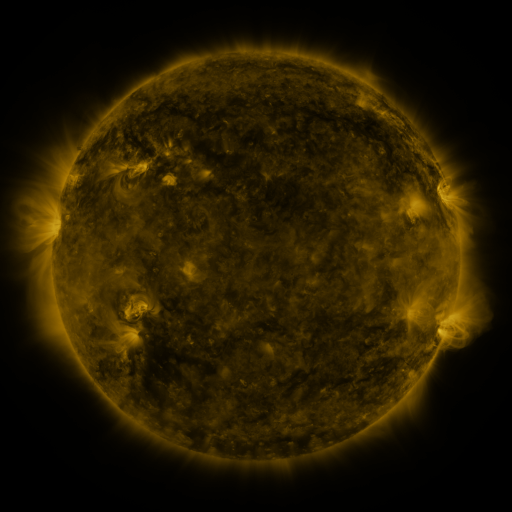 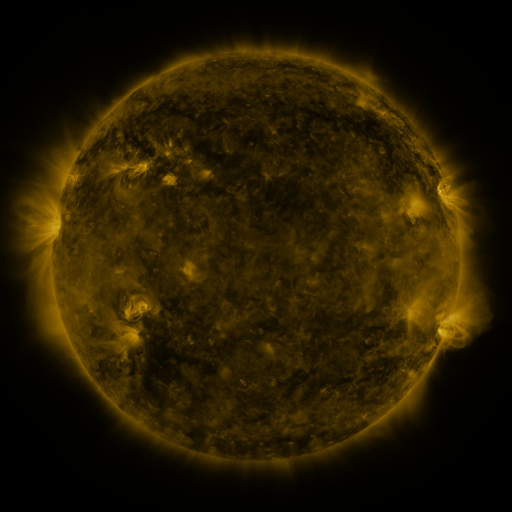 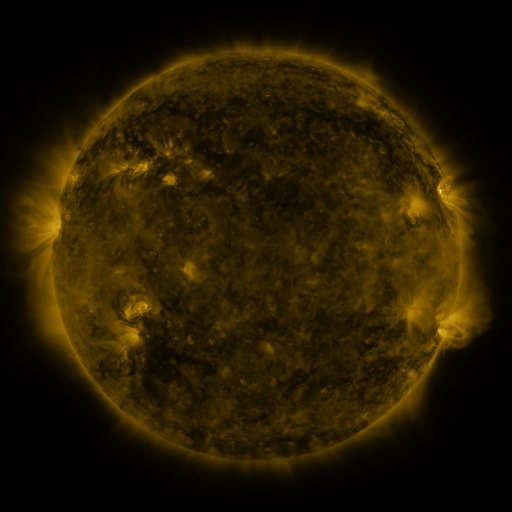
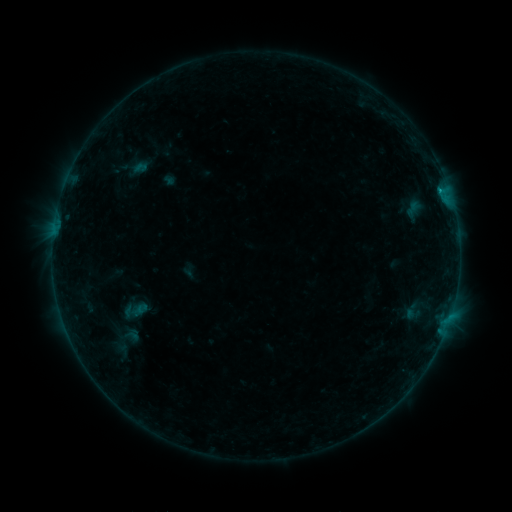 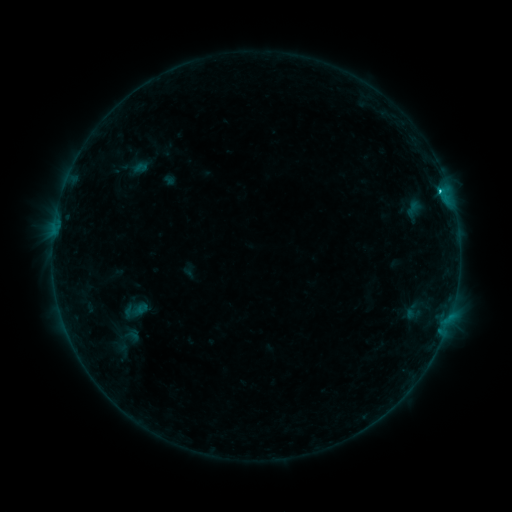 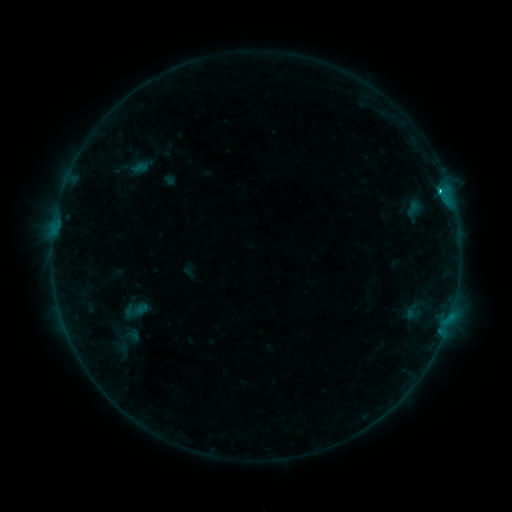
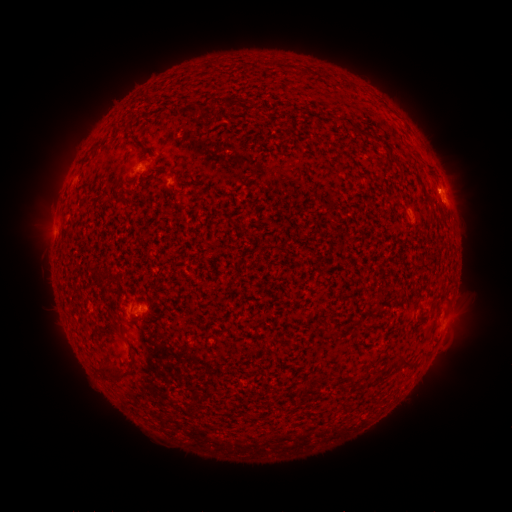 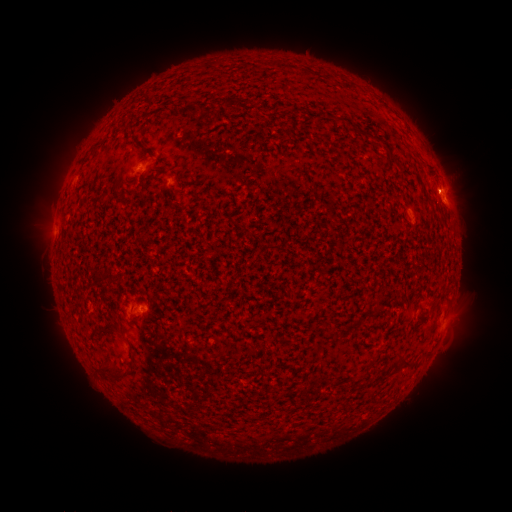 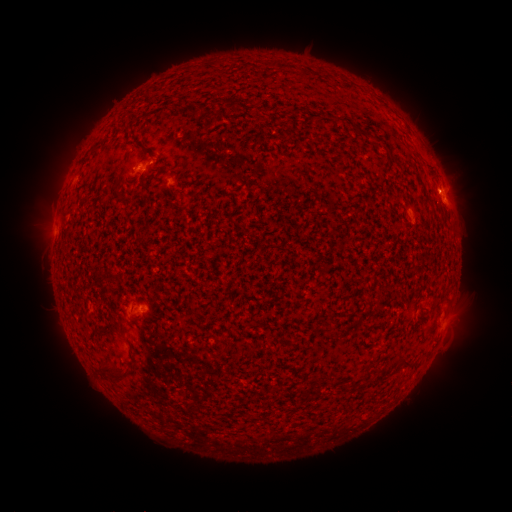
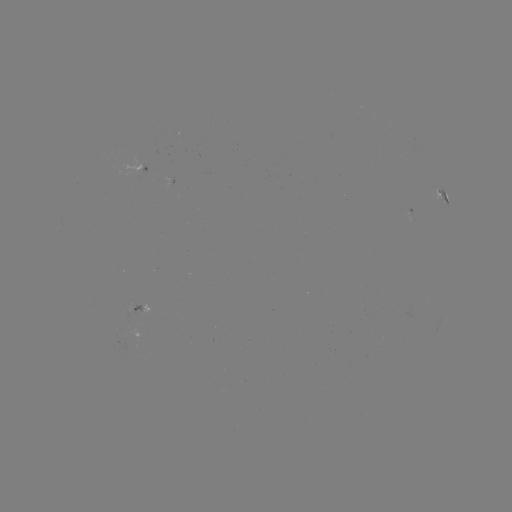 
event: flare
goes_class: C1.1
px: (438, 192)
